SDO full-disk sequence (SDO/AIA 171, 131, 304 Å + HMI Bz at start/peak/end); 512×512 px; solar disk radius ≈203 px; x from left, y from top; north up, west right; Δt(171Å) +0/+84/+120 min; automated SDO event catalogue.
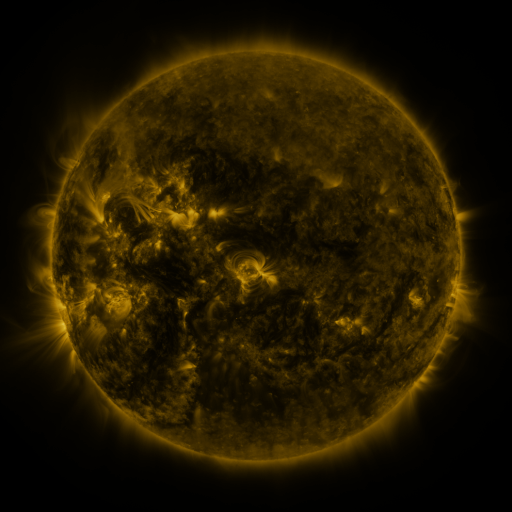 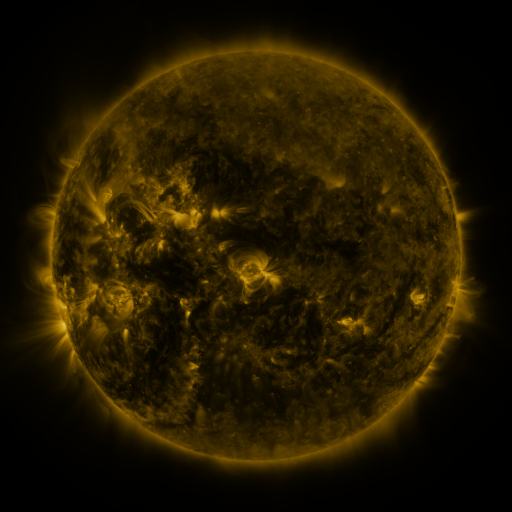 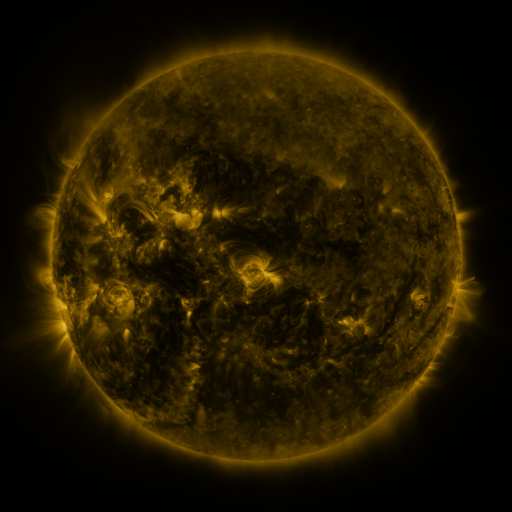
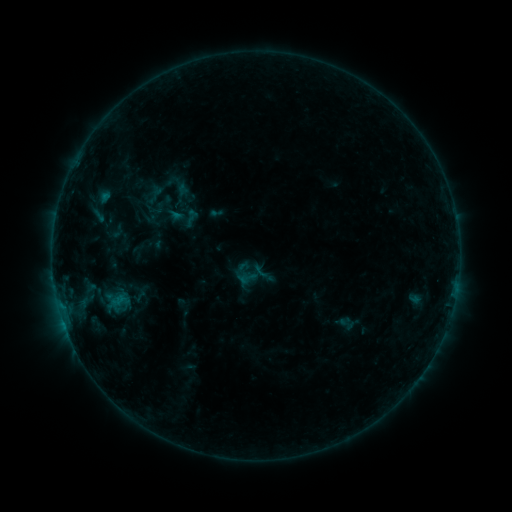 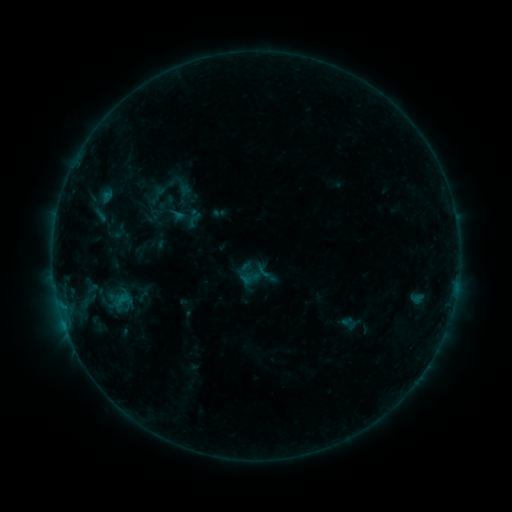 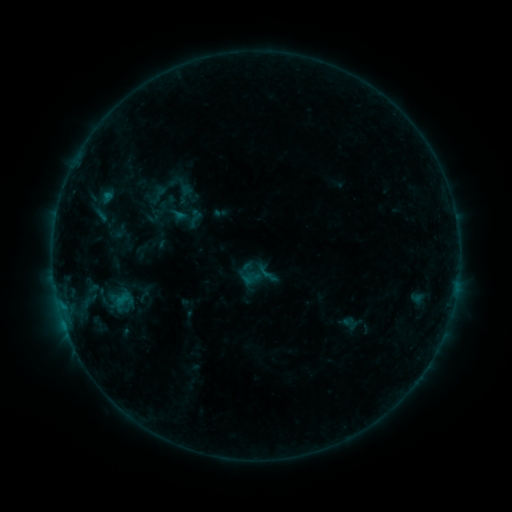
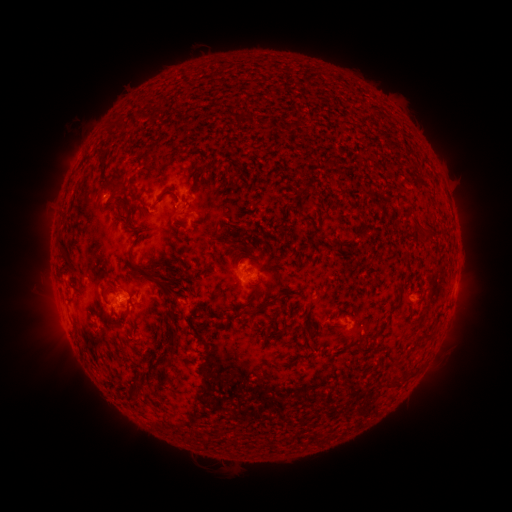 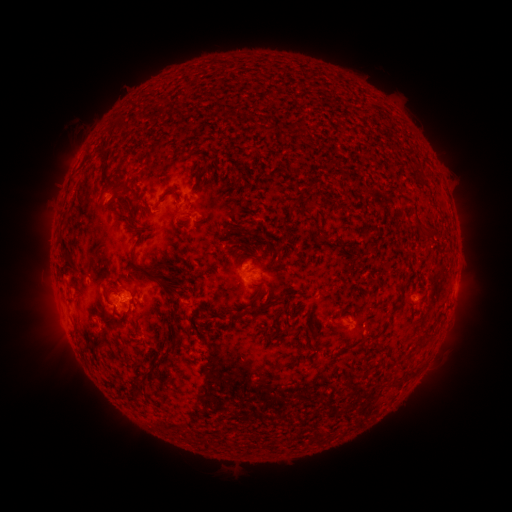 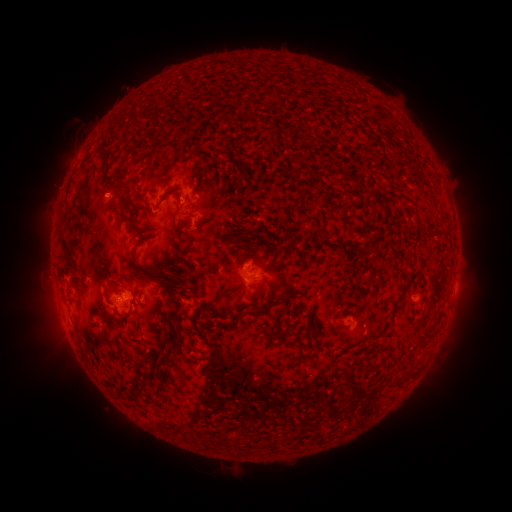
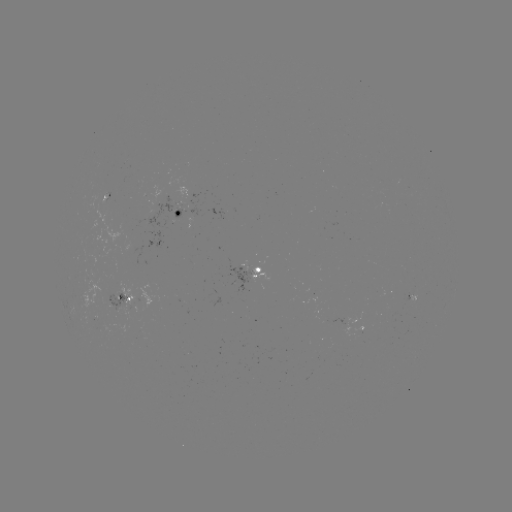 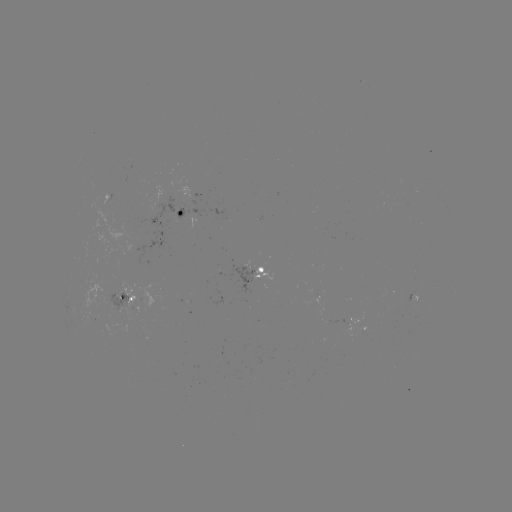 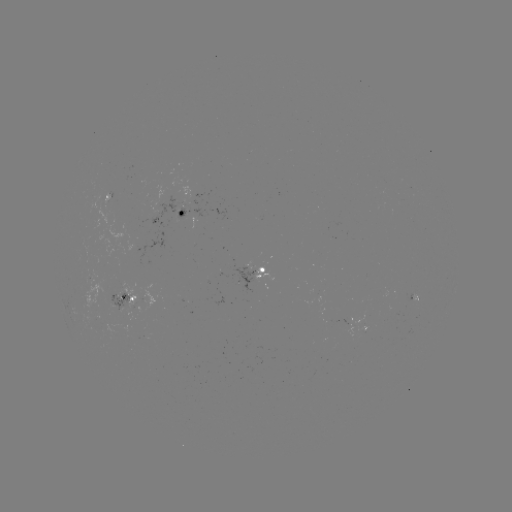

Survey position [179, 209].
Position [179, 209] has emerging-flux region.